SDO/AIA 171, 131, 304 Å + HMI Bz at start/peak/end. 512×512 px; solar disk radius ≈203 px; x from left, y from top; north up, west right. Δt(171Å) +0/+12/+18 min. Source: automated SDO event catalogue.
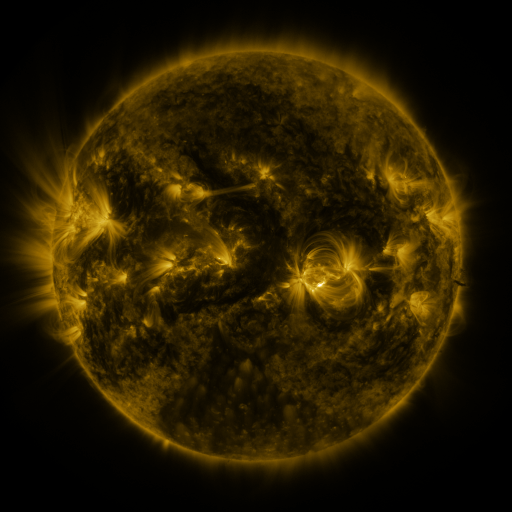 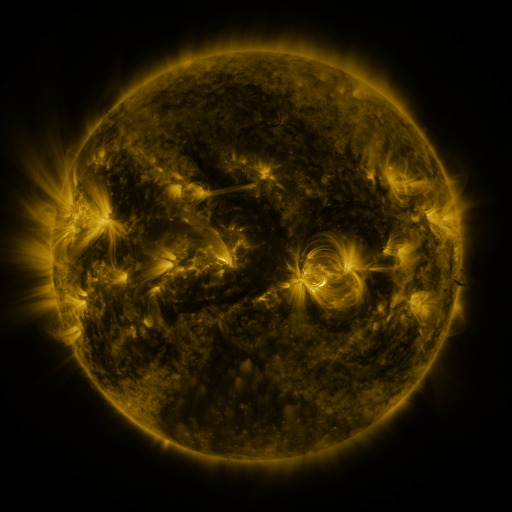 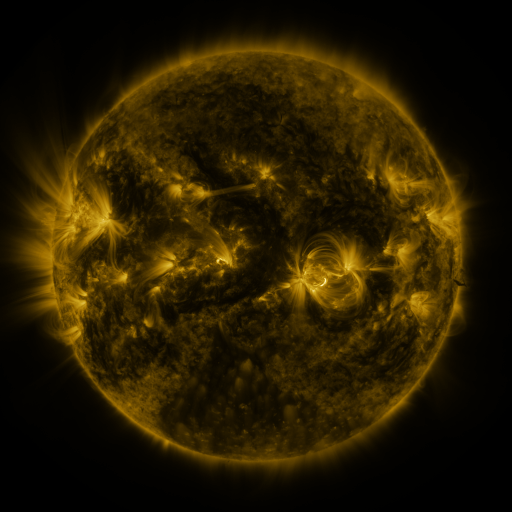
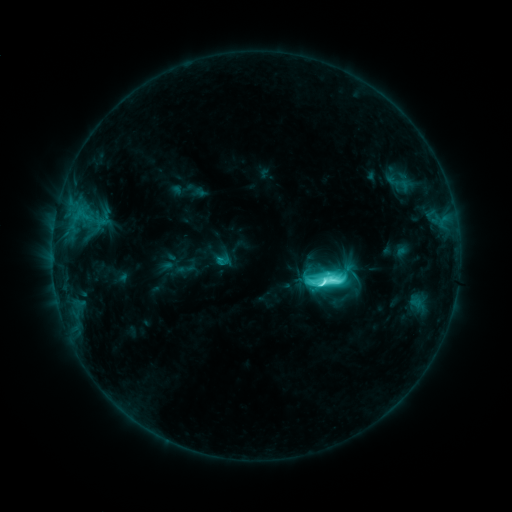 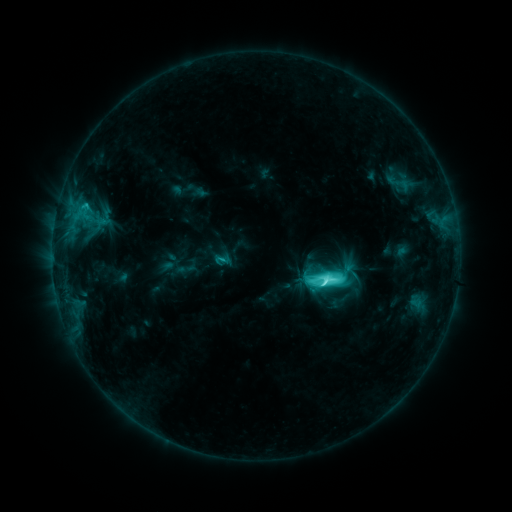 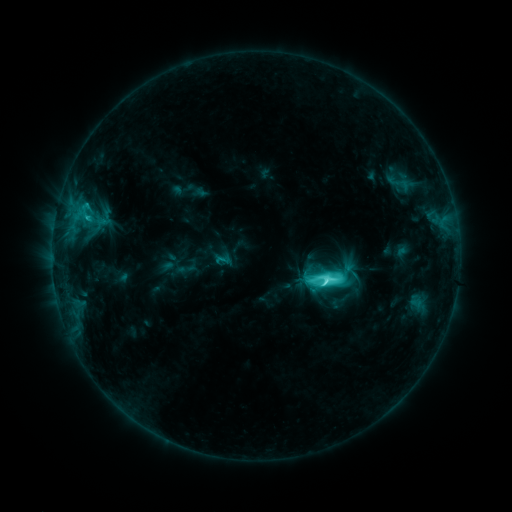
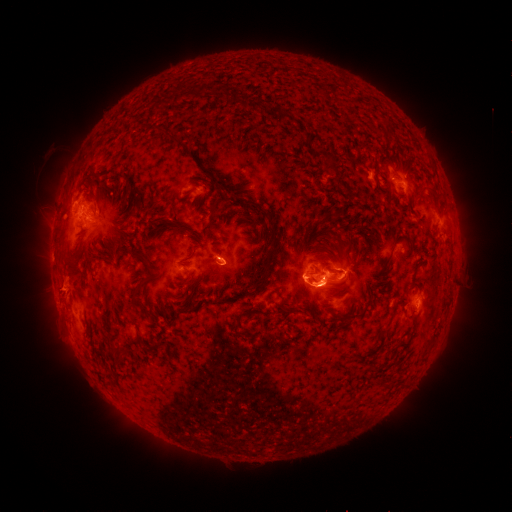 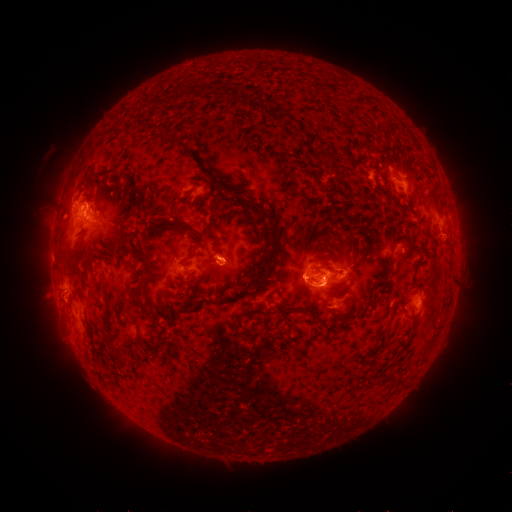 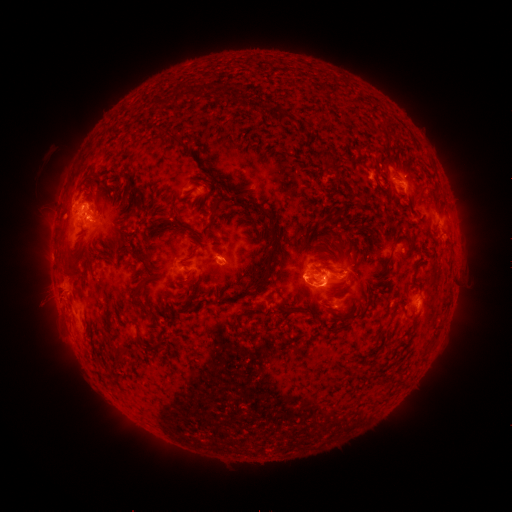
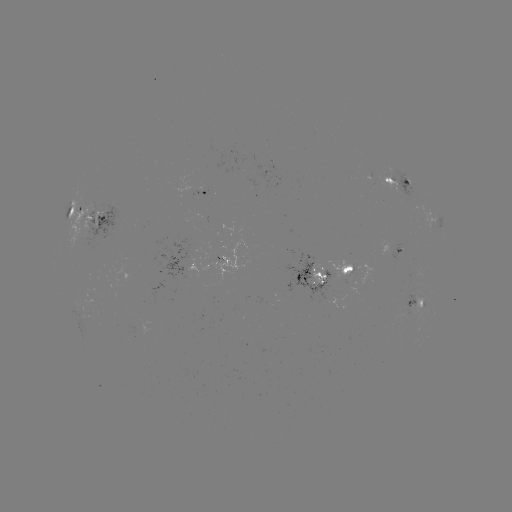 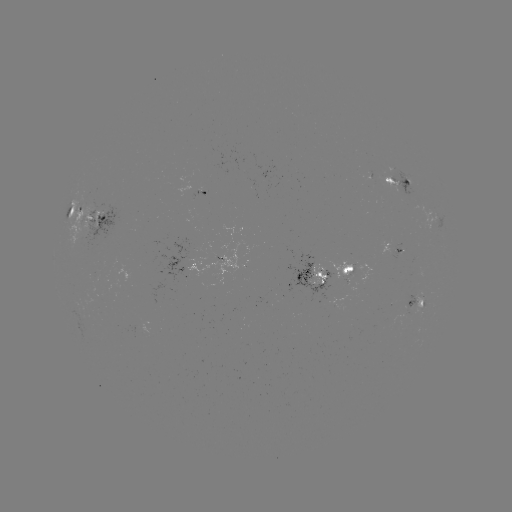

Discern eruption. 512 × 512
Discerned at [59, 289].